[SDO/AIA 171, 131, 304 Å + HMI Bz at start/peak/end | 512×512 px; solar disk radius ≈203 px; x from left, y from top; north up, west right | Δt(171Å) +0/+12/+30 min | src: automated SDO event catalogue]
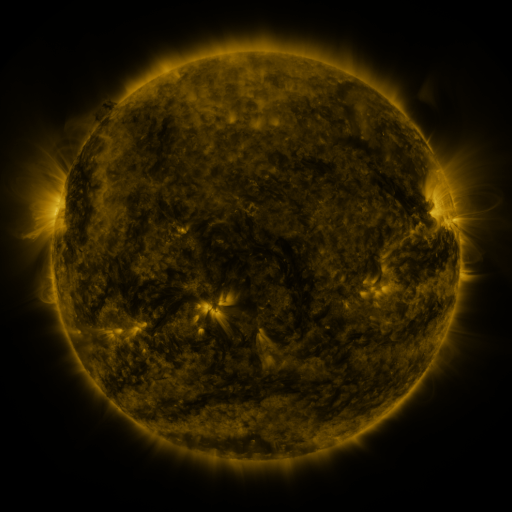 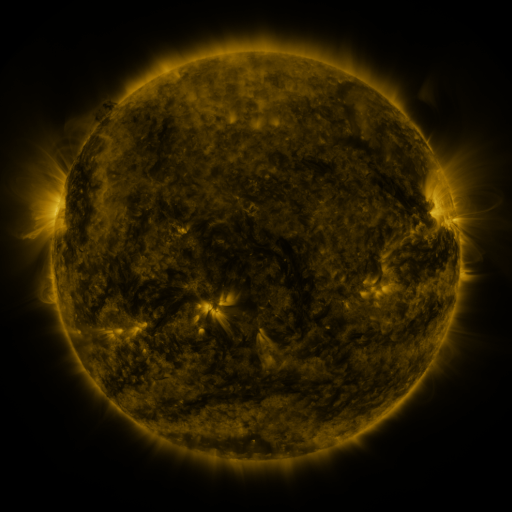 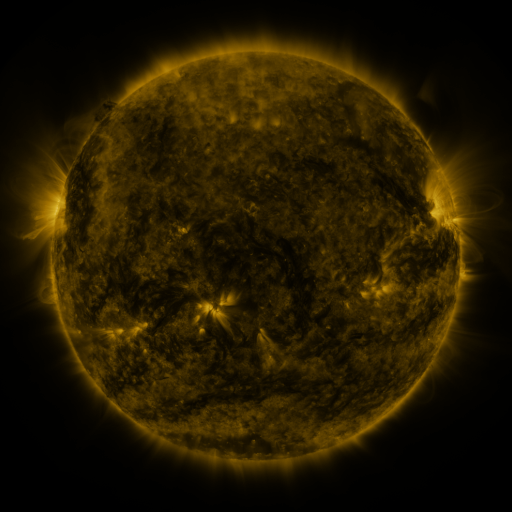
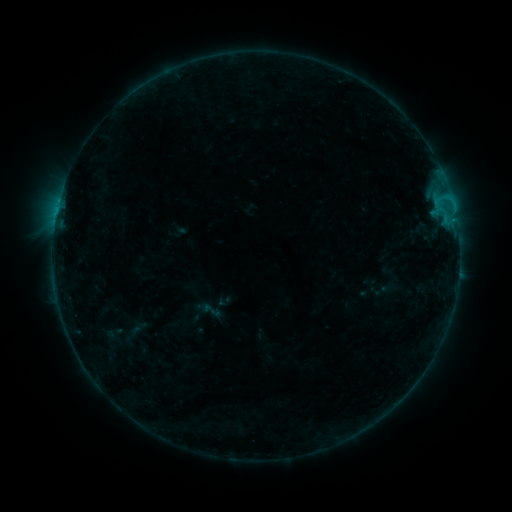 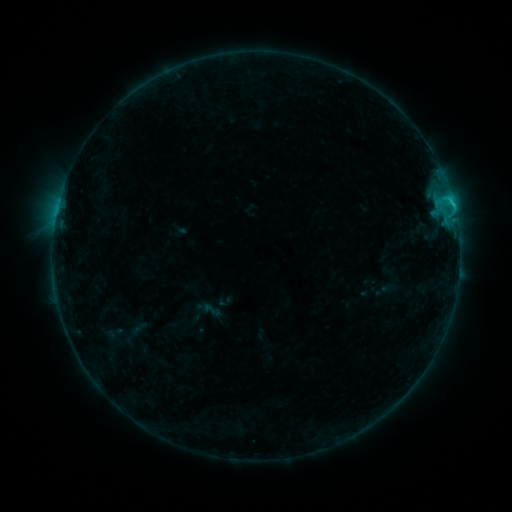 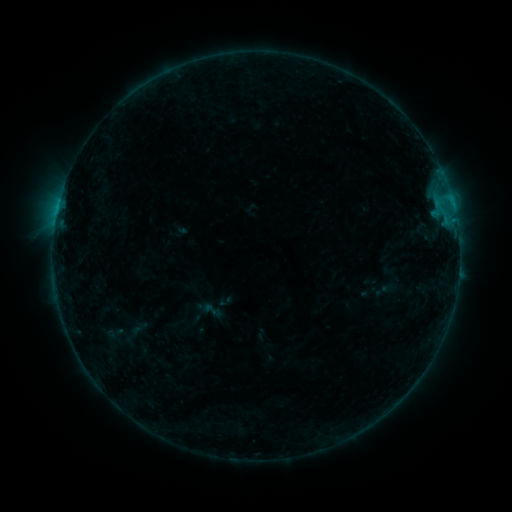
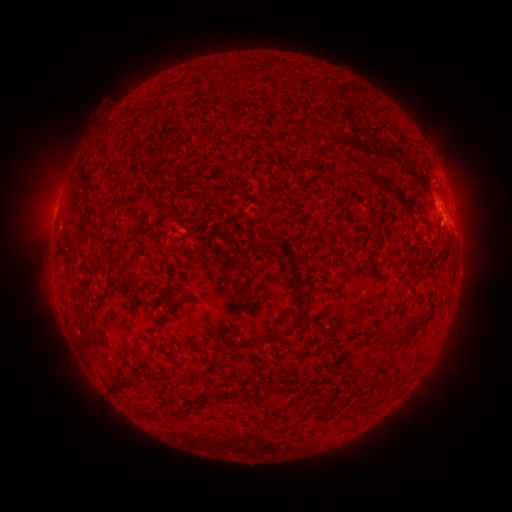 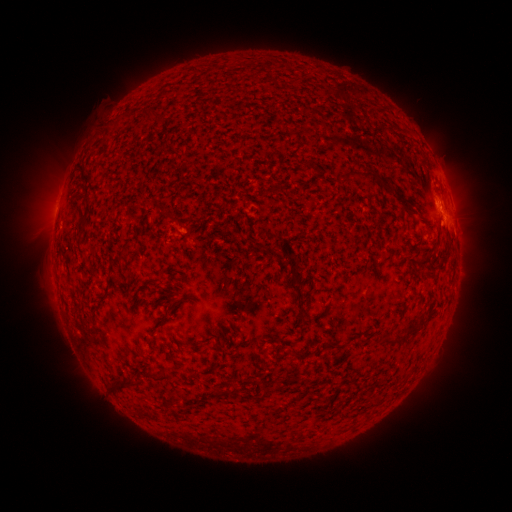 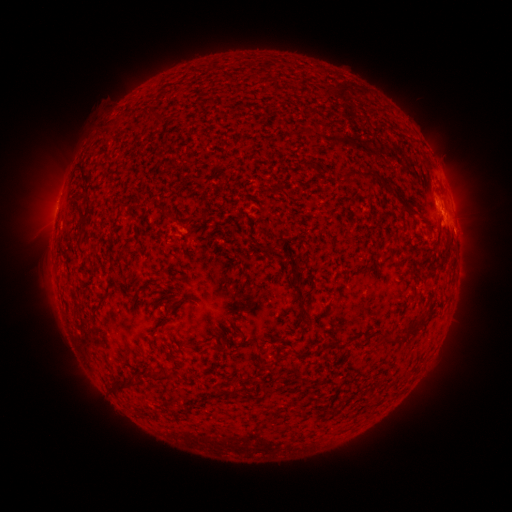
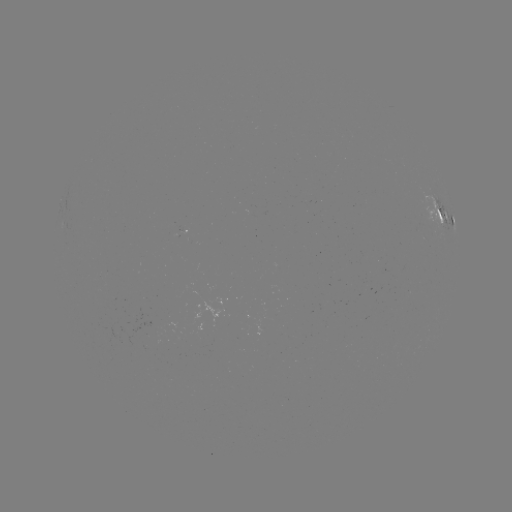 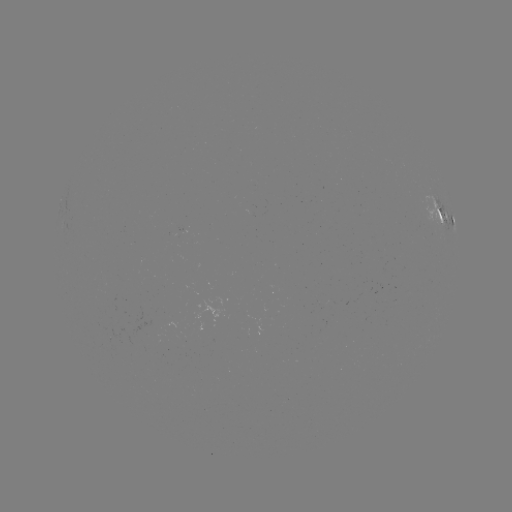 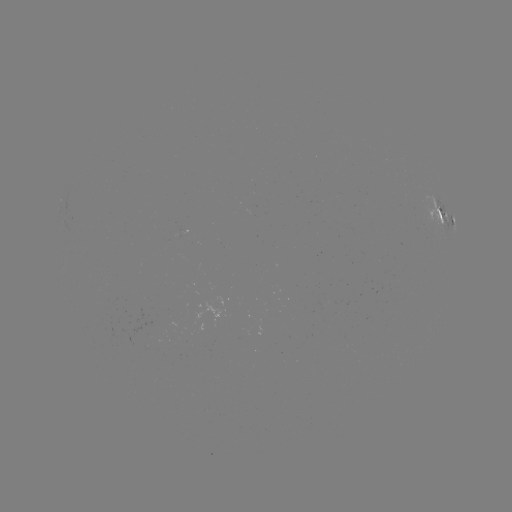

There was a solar flare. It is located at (449, 201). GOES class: C1.4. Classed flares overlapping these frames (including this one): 1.